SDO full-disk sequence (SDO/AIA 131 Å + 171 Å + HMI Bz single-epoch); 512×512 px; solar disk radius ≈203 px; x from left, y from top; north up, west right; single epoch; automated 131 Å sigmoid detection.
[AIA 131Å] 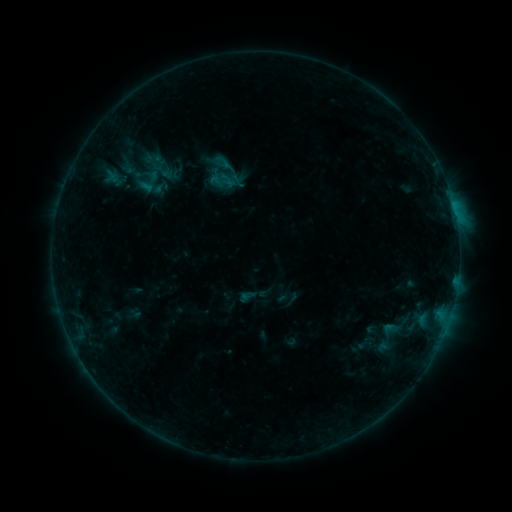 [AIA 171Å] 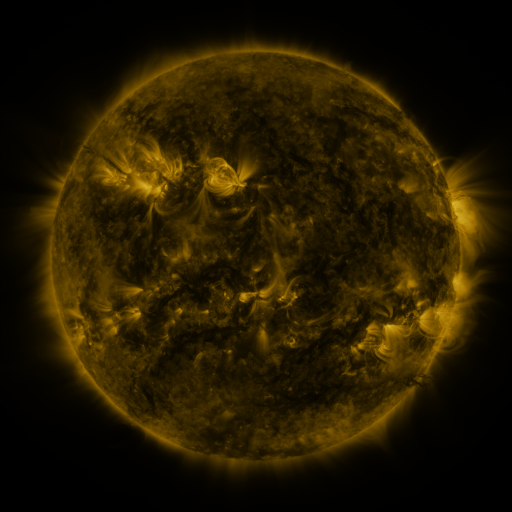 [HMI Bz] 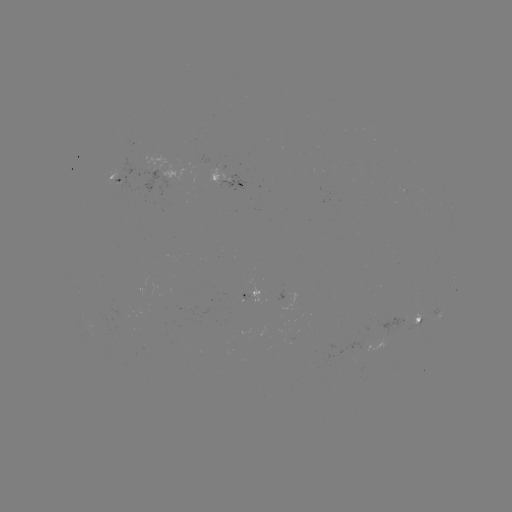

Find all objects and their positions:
sigmoid: [146, 160, 171, 185]
sigmoid: [214, 170, 233, 188]
